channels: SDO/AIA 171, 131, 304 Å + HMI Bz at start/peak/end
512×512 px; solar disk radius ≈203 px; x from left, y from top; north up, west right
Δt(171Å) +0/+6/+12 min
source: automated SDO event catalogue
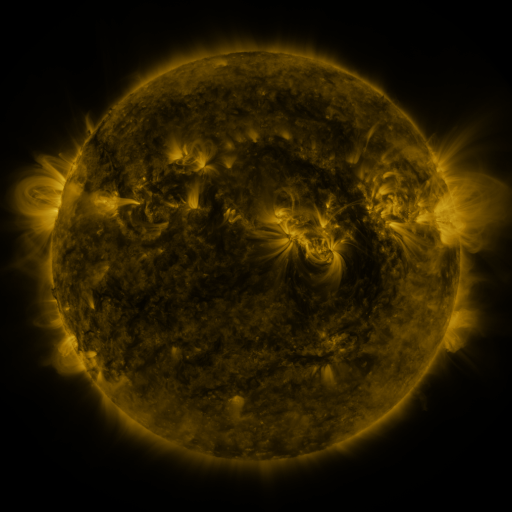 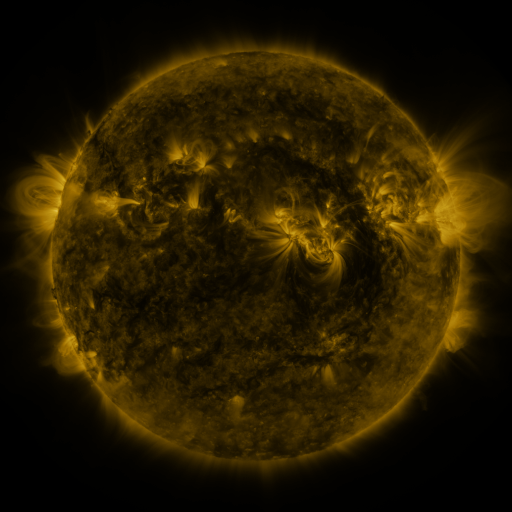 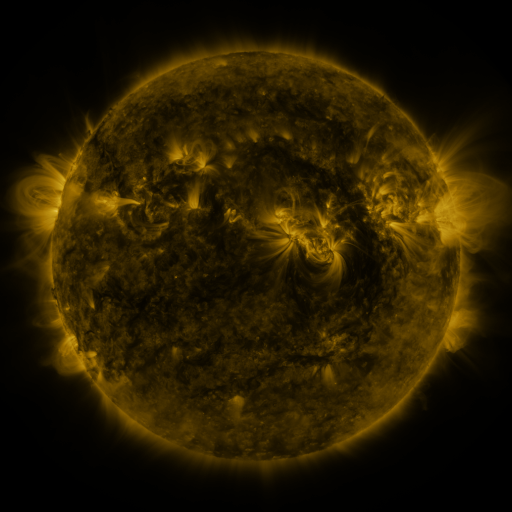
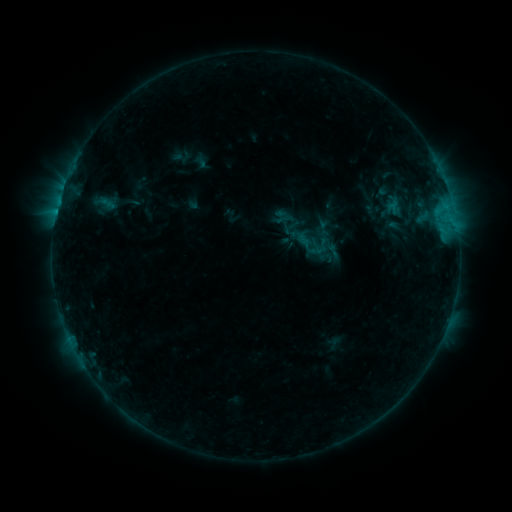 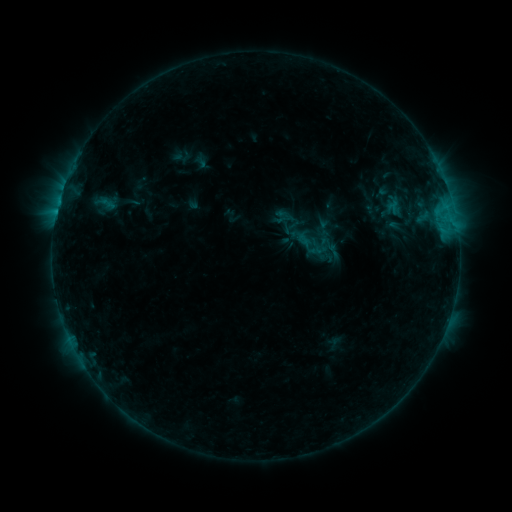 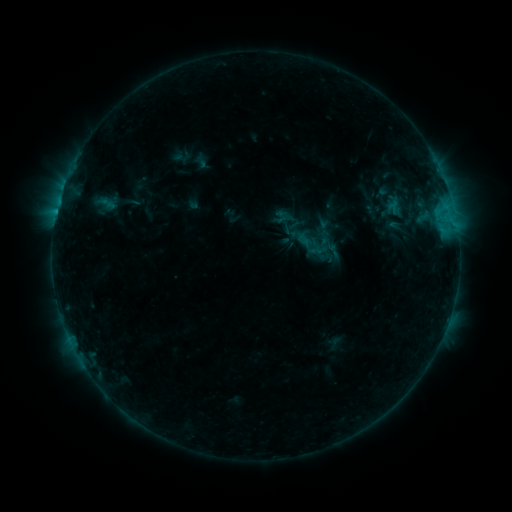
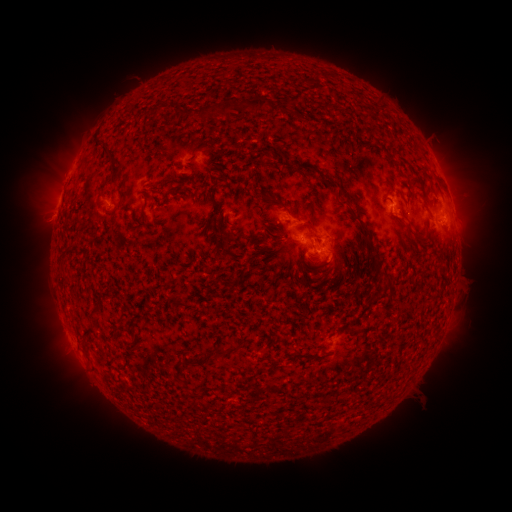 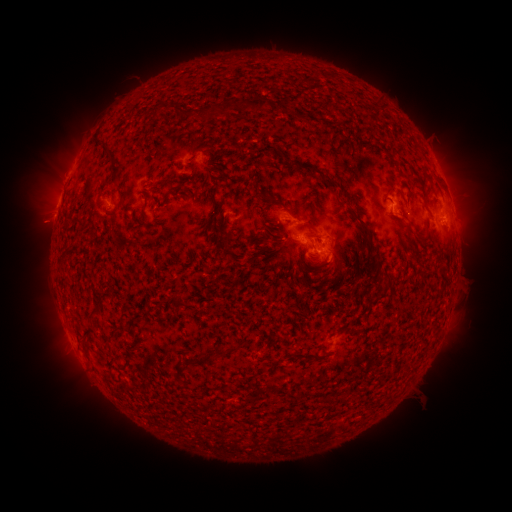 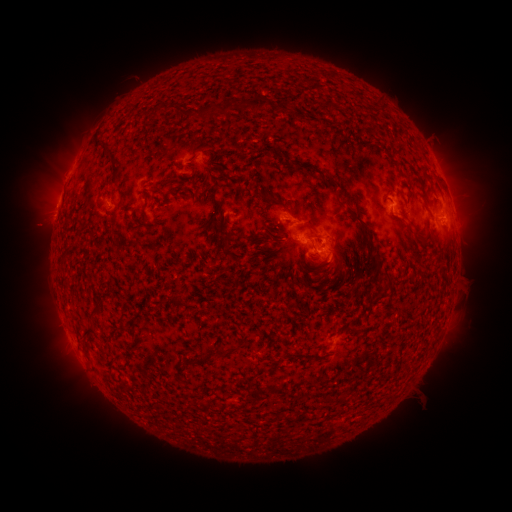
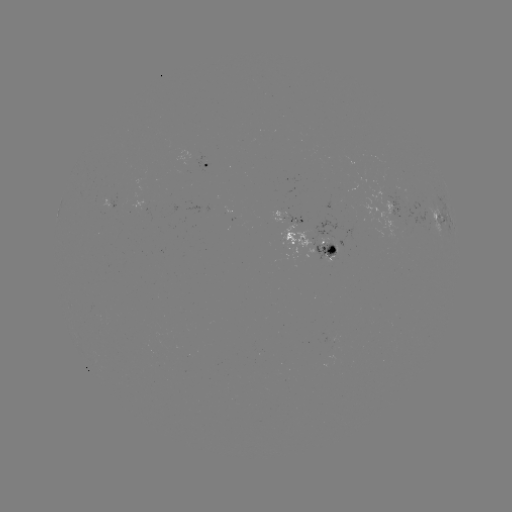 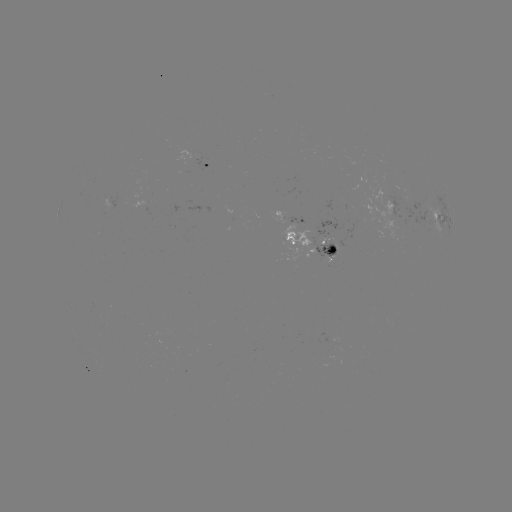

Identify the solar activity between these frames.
eruption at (41, 224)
